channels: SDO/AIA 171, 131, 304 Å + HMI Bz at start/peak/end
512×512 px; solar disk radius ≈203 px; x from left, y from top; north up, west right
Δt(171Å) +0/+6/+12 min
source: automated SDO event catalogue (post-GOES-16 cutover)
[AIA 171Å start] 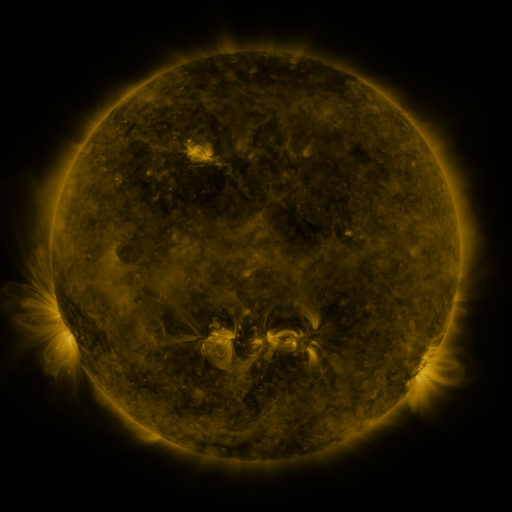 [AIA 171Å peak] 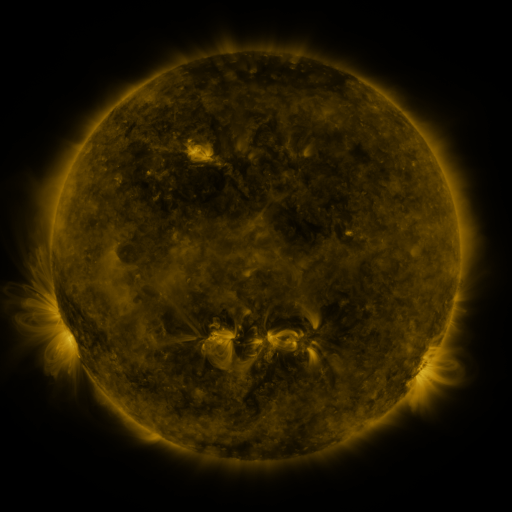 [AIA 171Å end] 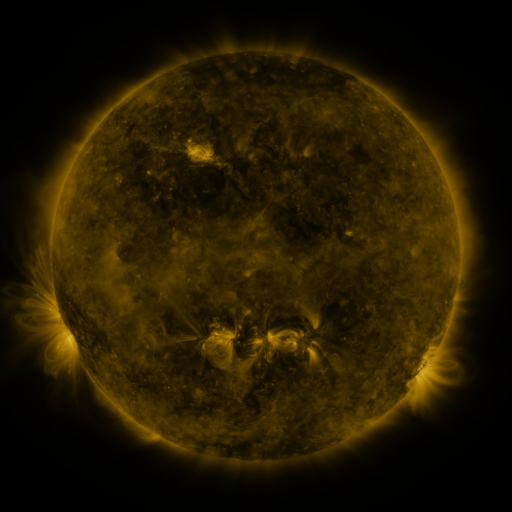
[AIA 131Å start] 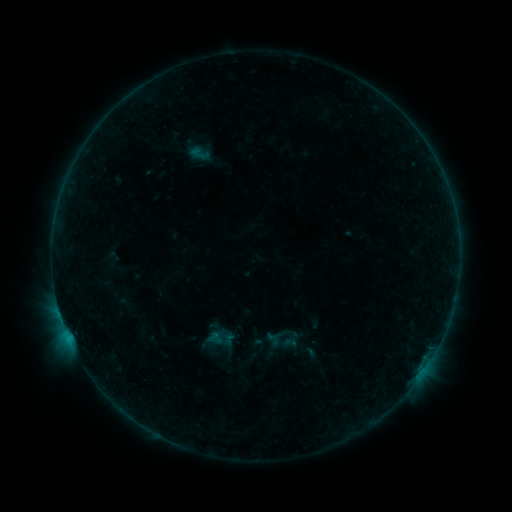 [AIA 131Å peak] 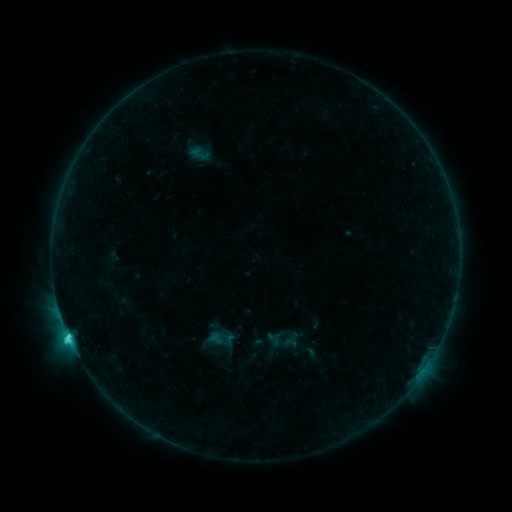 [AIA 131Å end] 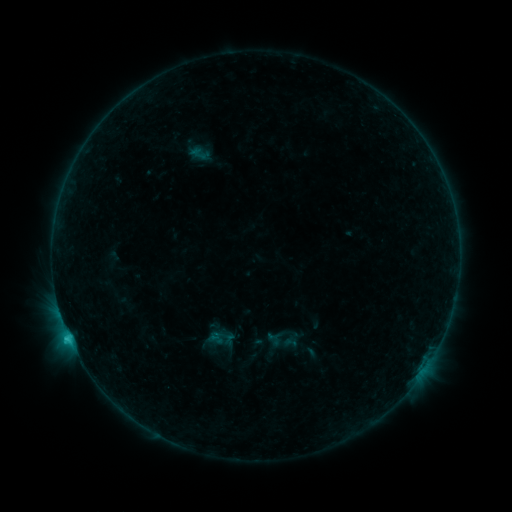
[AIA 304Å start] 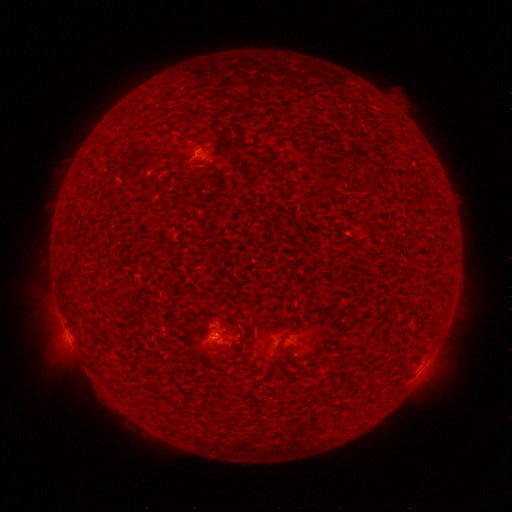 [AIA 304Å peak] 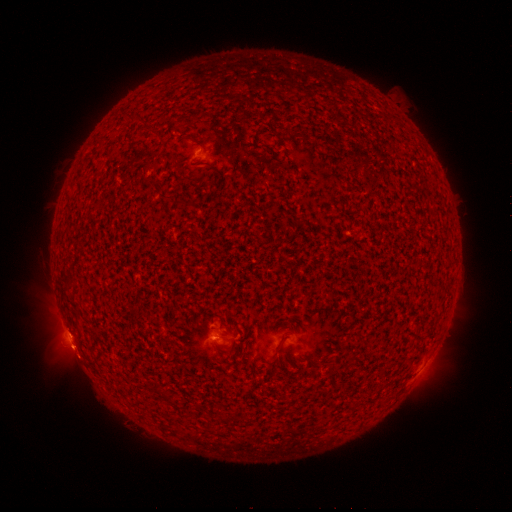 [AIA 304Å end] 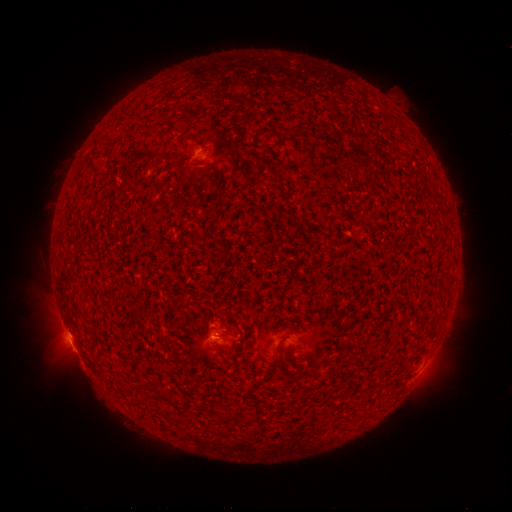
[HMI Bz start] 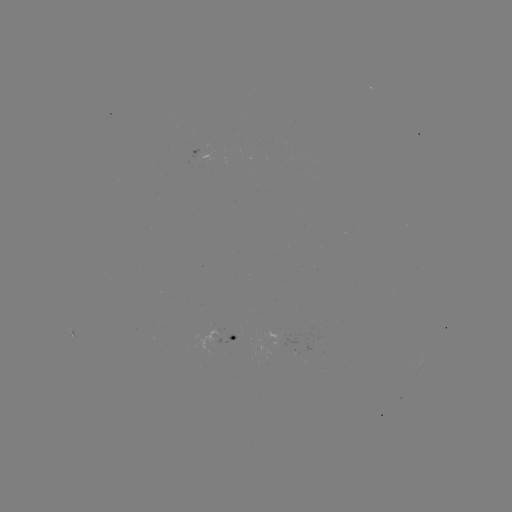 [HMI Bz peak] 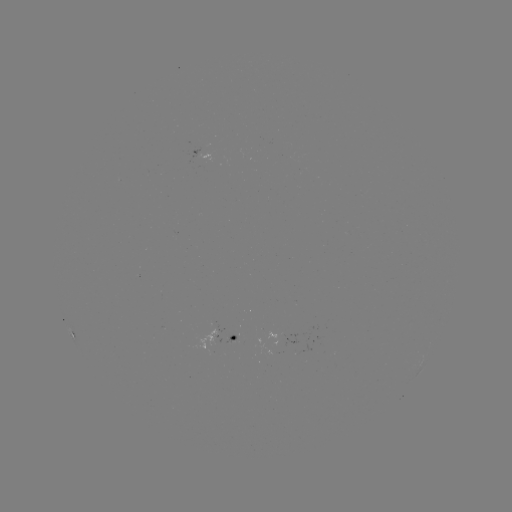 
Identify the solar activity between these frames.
C3.3 flare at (69, 335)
